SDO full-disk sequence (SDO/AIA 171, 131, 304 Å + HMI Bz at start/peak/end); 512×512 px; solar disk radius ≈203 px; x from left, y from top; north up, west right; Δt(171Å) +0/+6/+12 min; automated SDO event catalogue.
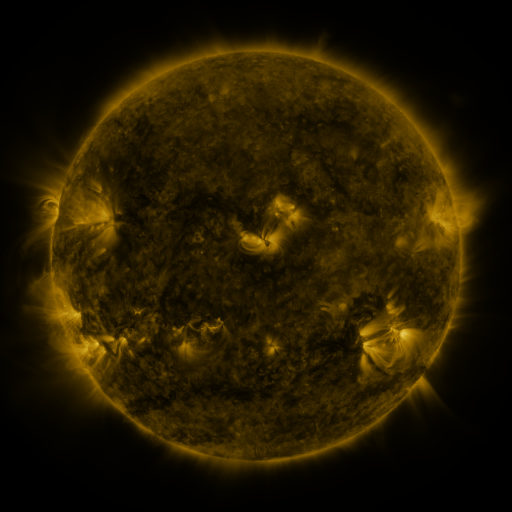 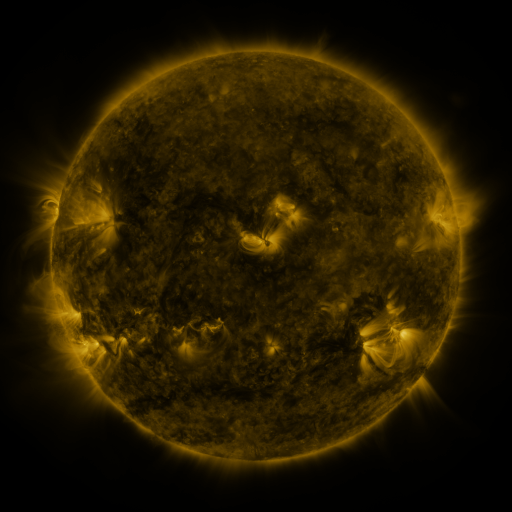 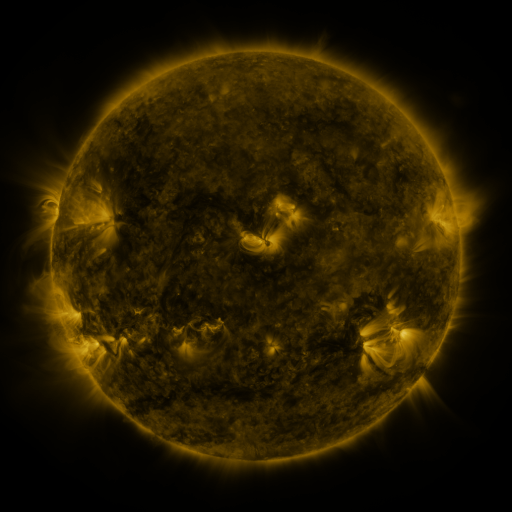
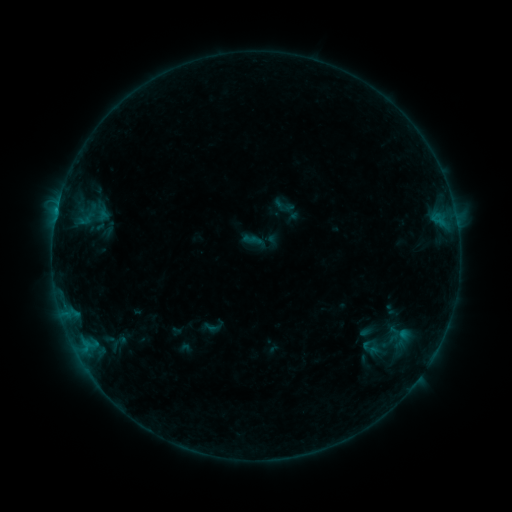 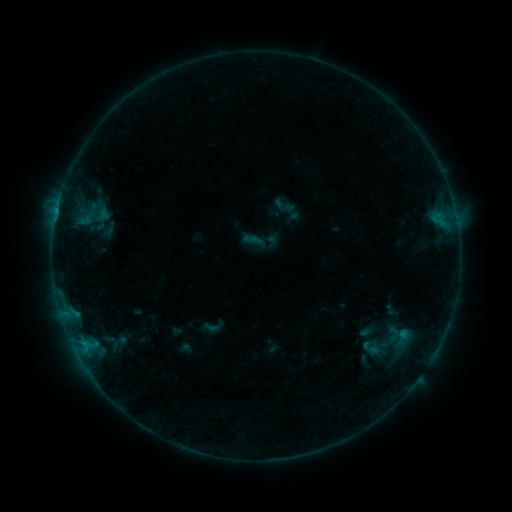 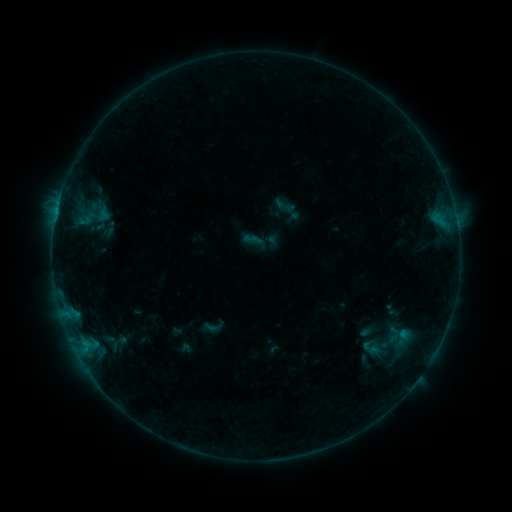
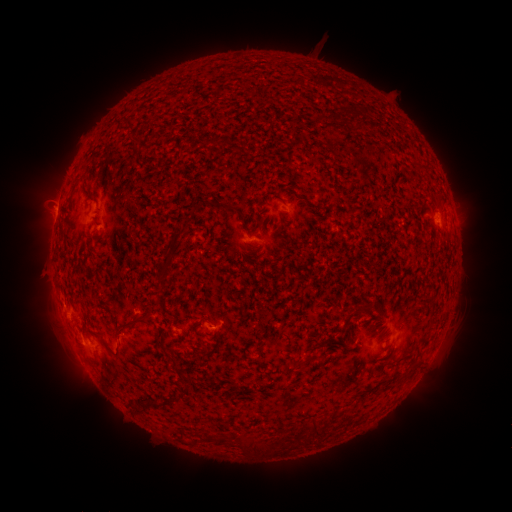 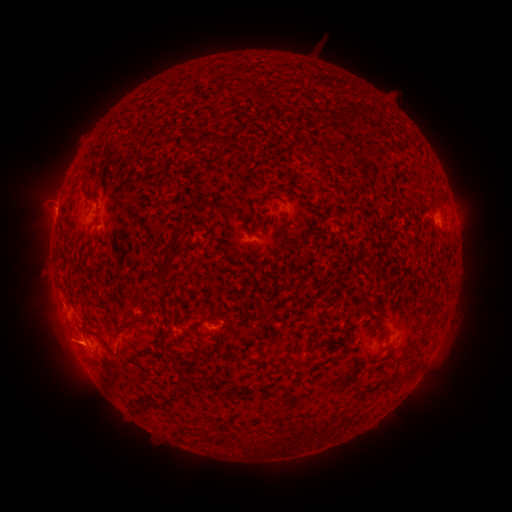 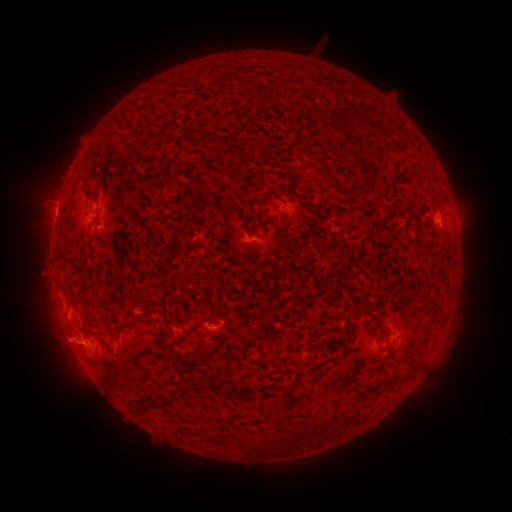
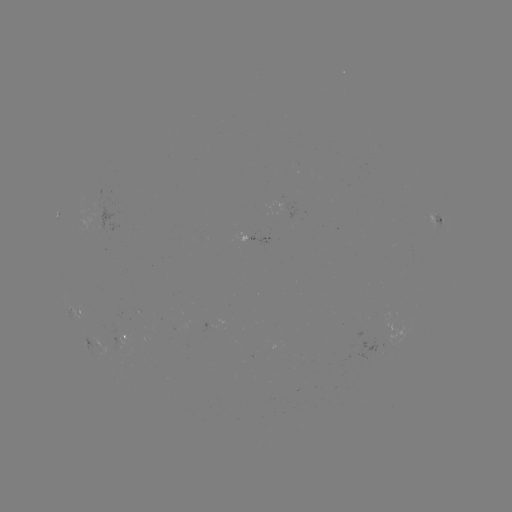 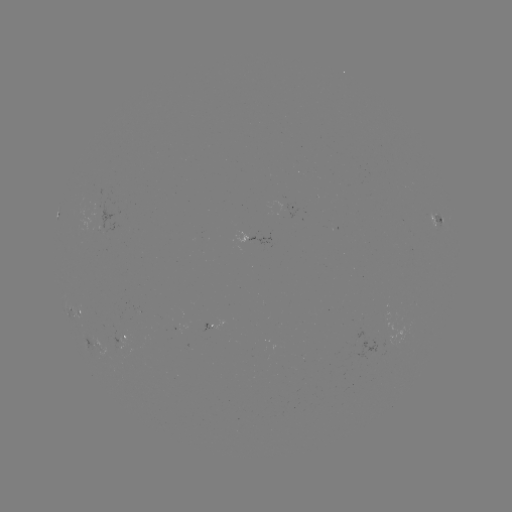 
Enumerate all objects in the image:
eruption: (63, 346)
